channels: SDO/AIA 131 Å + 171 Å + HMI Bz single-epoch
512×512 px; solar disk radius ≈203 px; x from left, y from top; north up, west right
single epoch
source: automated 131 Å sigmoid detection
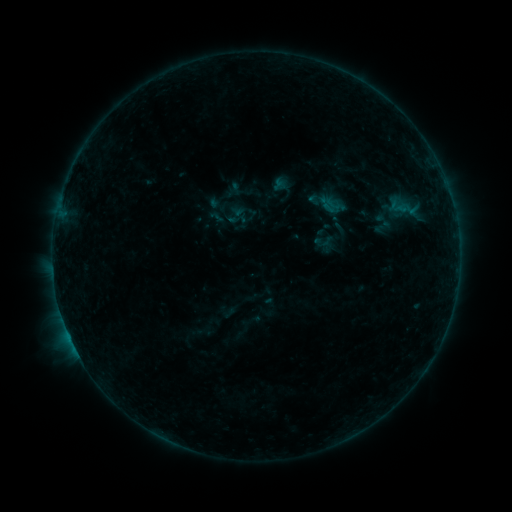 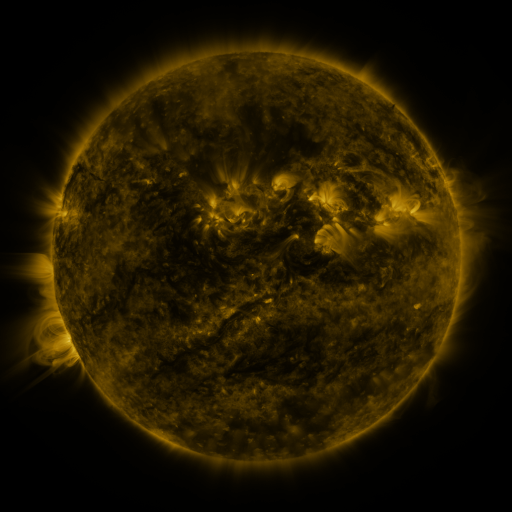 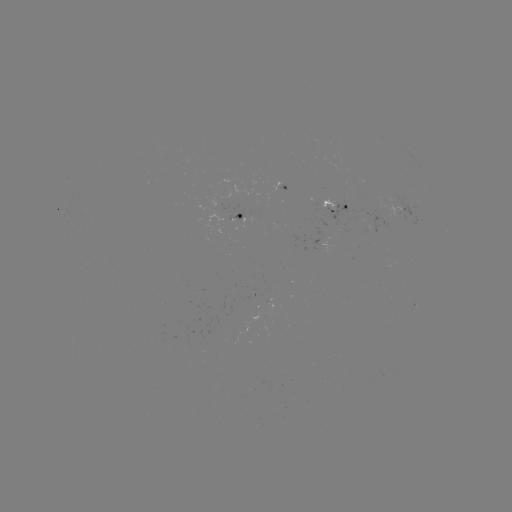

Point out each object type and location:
sigmoid: <bbox>316, 193, 339, 216</bbox>
sigmoid: <bbox>373, 208, 395, 232</bbox>
sigmoid: <bbox>313, 230, 333, 252</bbox>
